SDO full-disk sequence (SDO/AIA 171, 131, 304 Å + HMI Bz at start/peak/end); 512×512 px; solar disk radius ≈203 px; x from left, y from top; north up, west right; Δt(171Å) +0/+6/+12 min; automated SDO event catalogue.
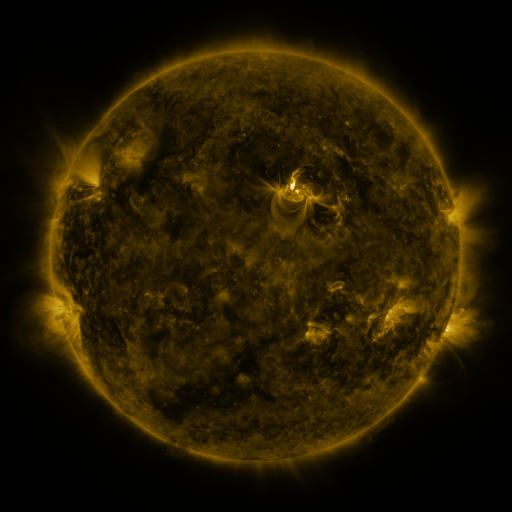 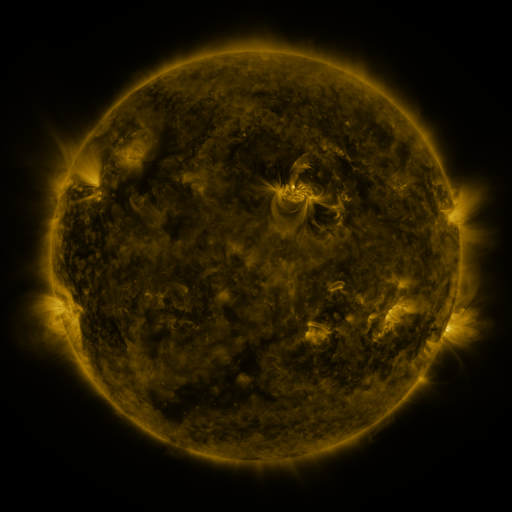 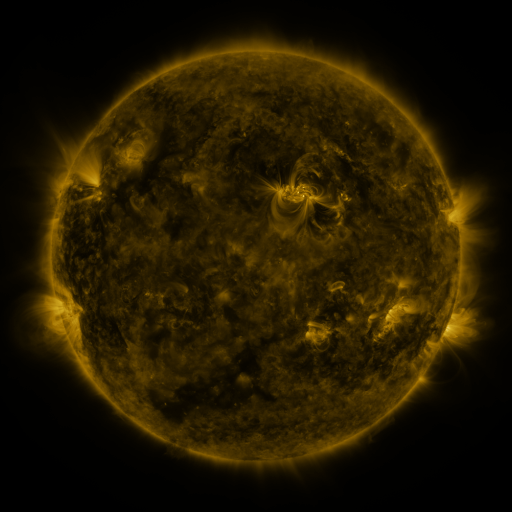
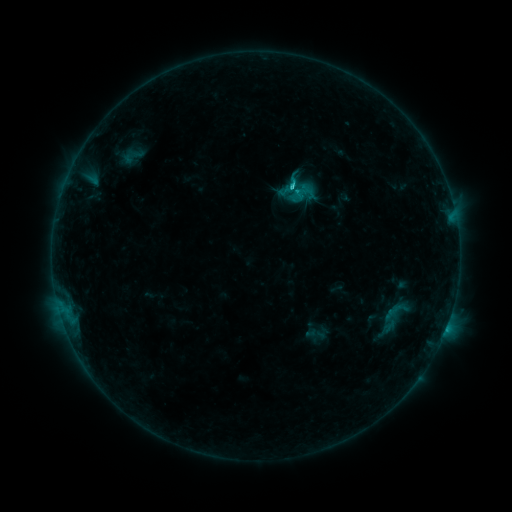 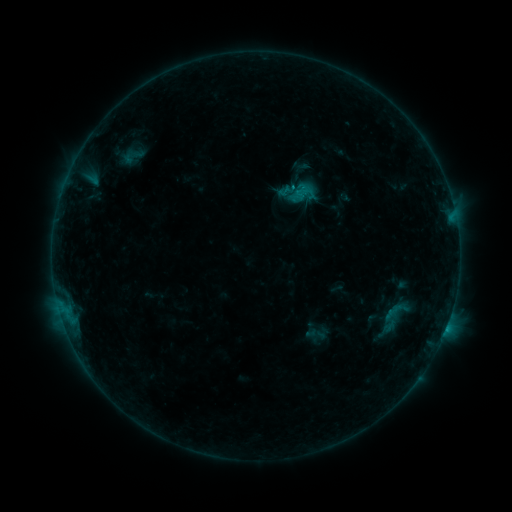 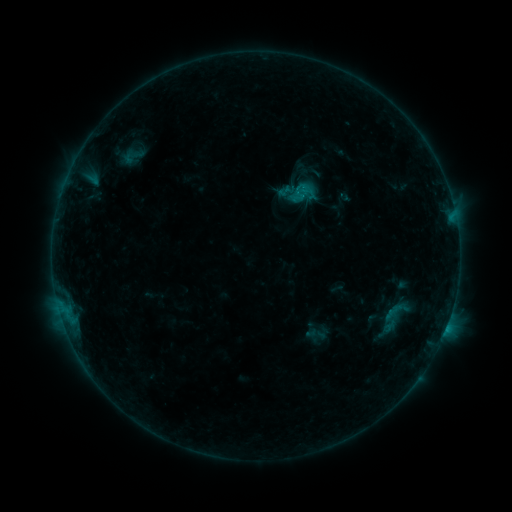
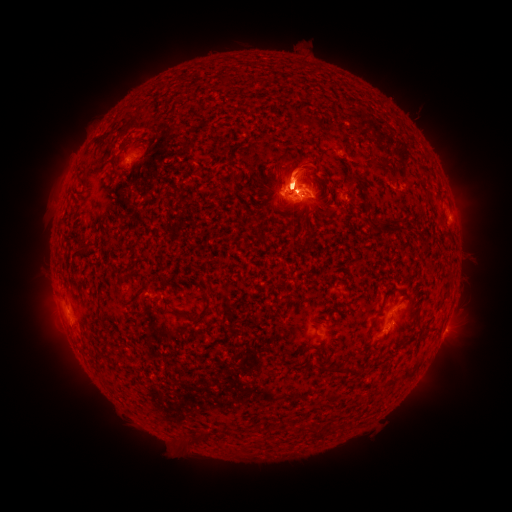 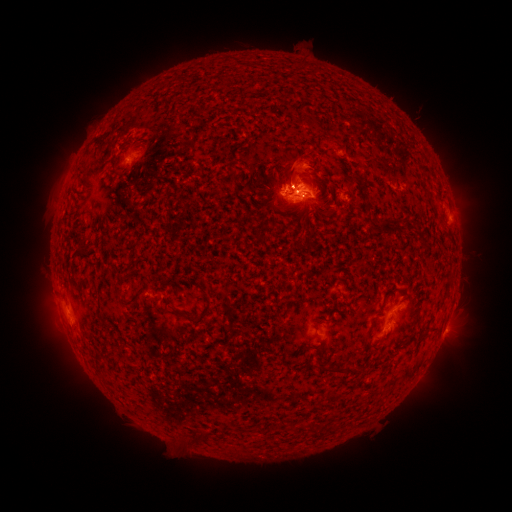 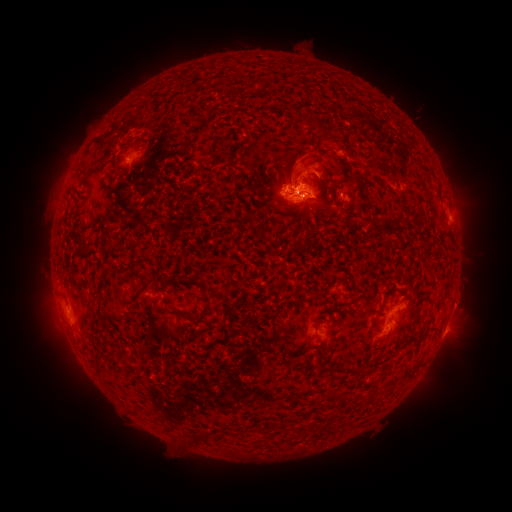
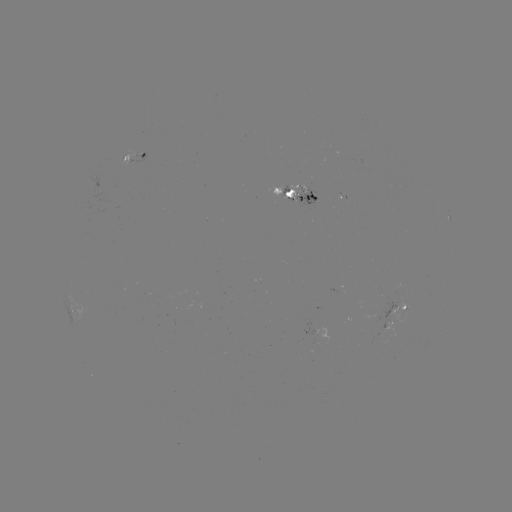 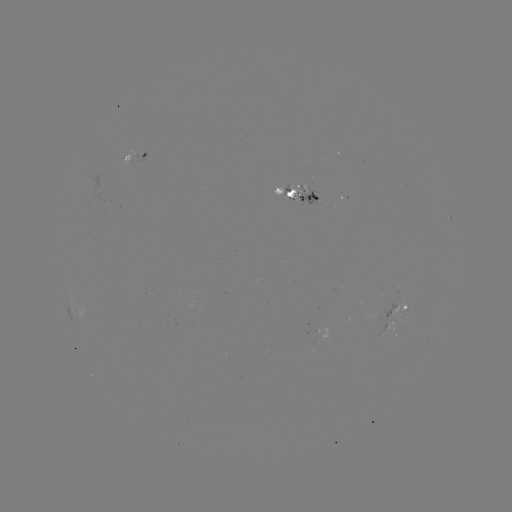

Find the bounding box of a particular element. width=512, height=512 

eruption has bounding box [26, 276, 104, 366].